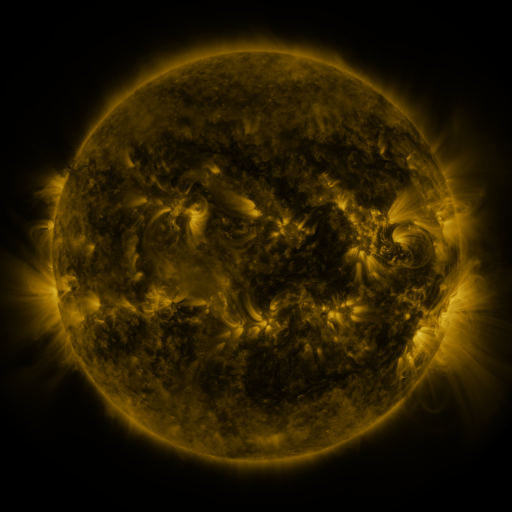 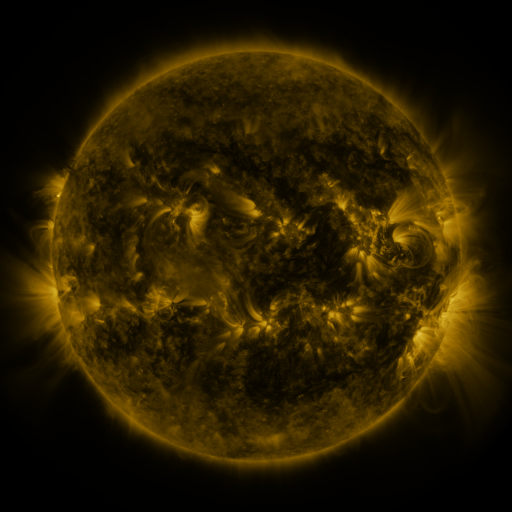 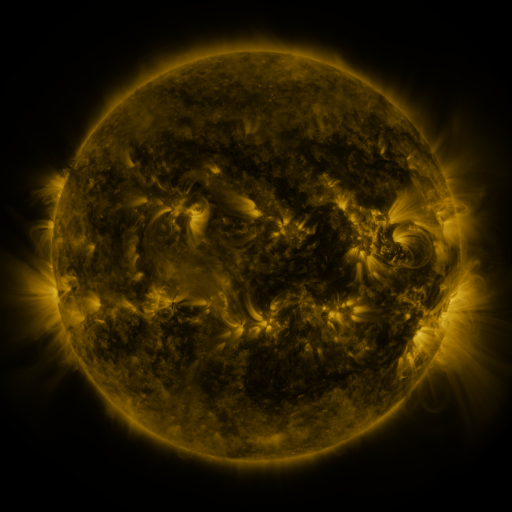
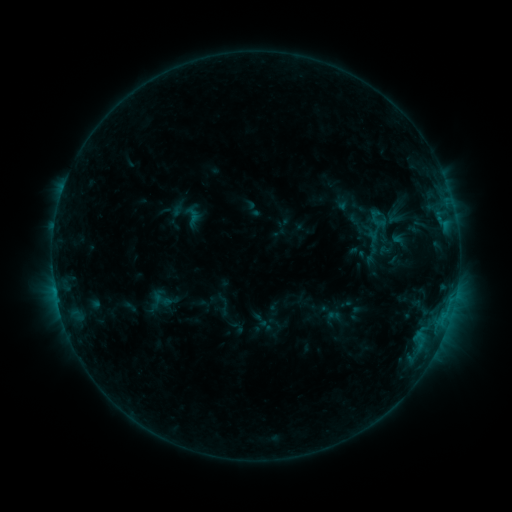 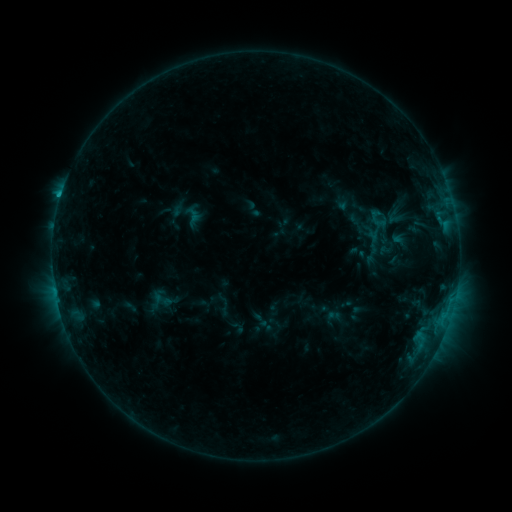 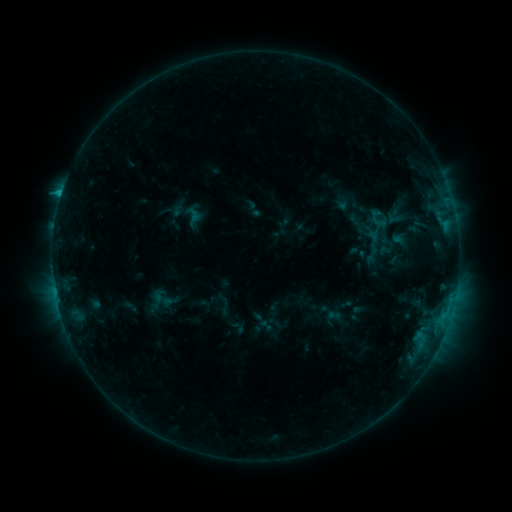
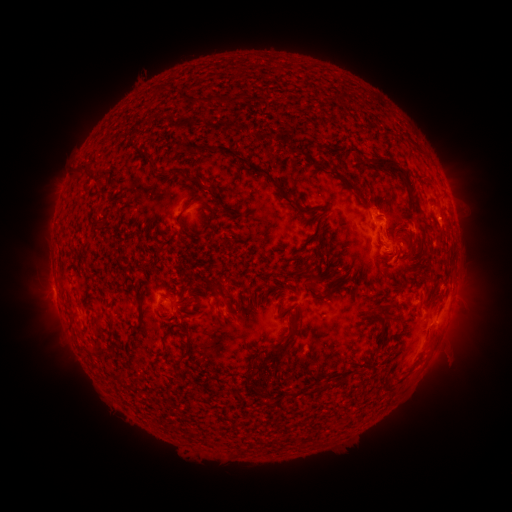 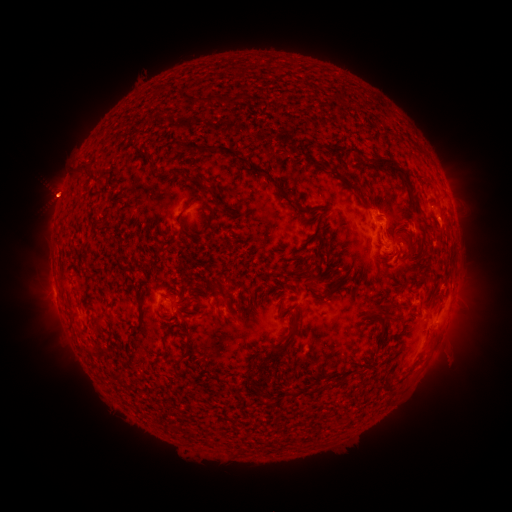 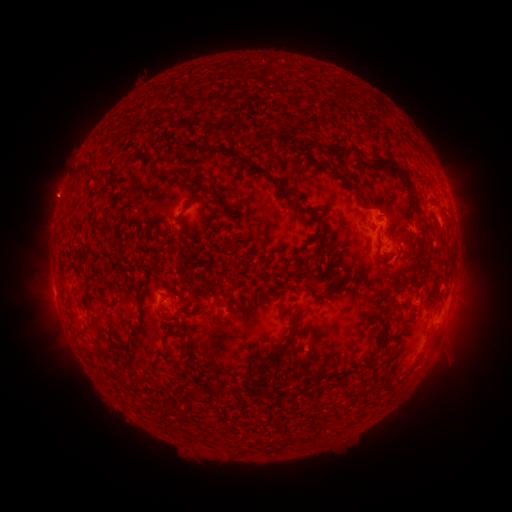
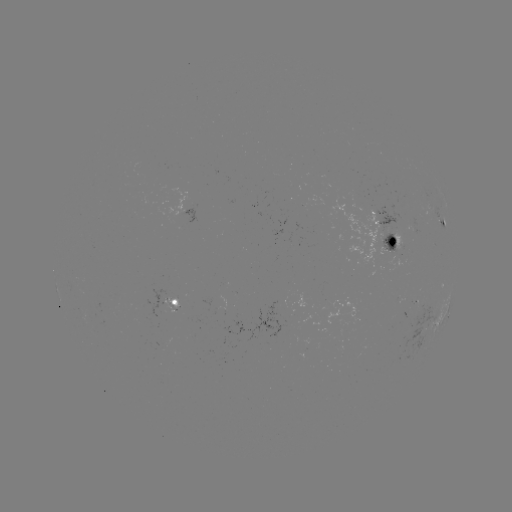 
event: flare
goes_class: C1.1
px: (61, 196)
